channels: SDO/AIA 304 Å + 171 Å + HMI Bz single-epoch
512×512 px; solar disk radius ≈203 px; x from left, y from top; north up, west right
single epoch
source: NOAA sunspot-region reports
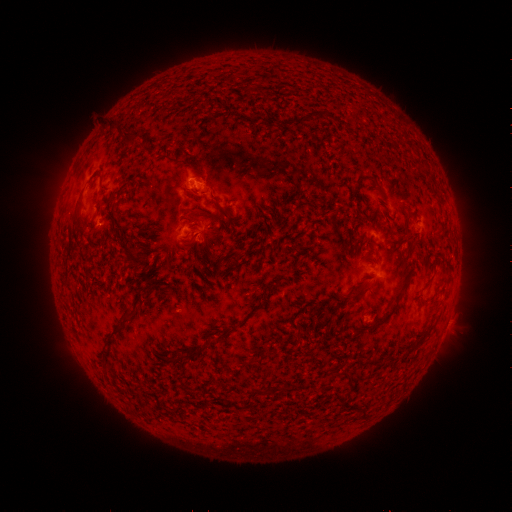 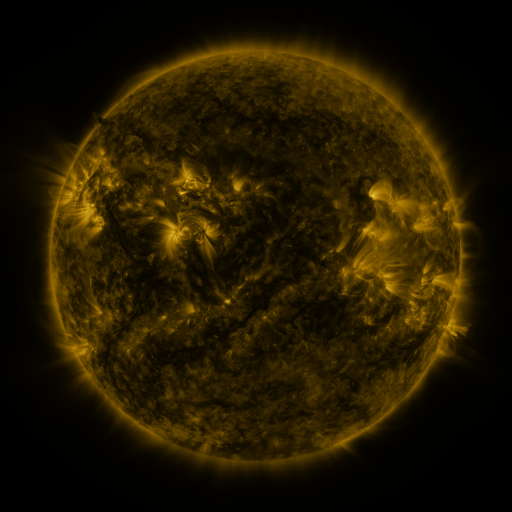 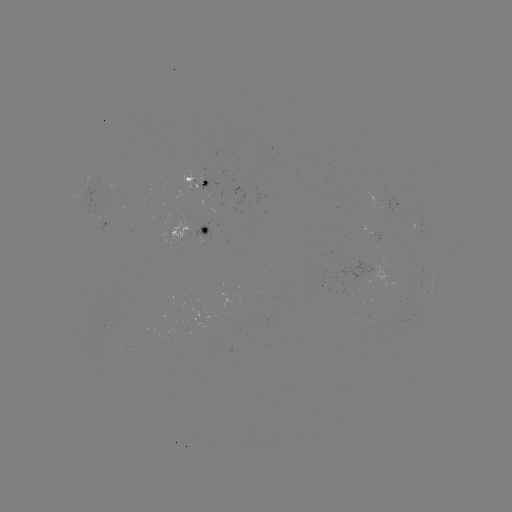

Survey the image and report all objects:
spotted active region: (198, 183)
spotted active region: (396, 203)
spotted active region: (105, 228)
spotted active region: (196, 235)
spotted active region: (375, 237)
